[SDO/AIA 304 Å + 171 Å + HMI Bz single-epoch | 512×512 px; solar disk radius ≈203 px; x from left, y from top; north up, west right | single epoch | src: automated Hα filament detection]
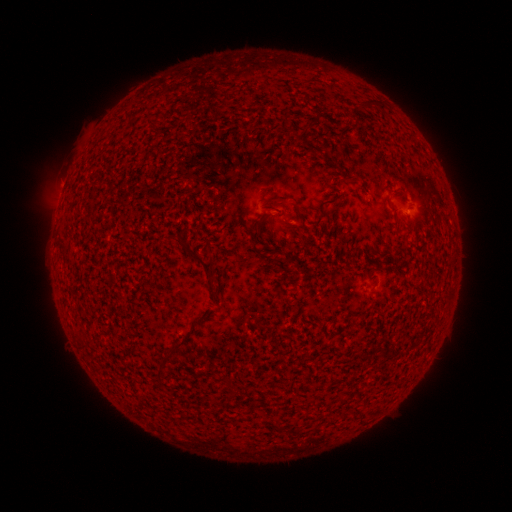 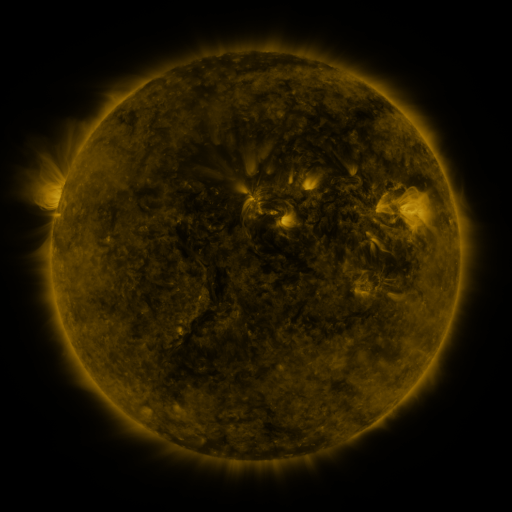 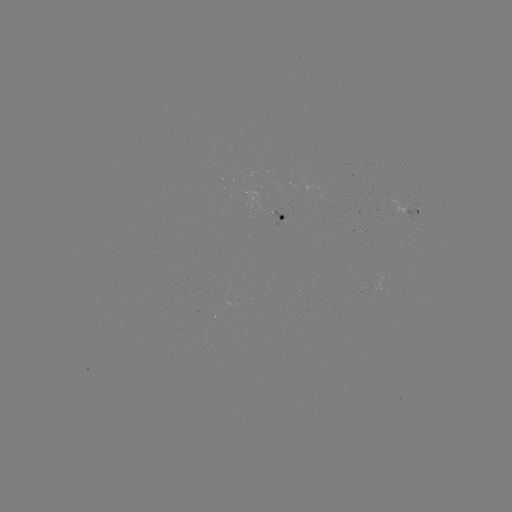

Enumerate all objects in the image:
filament: (359, 98, 375, 109)
filament: (333, 192, 344, 200)
filament: (252, 230, 292, 277)
filament: (180, 239, 217, 281)
filament: (160, 330, 194, 367)
filament: (223, 377, 234, 391)
